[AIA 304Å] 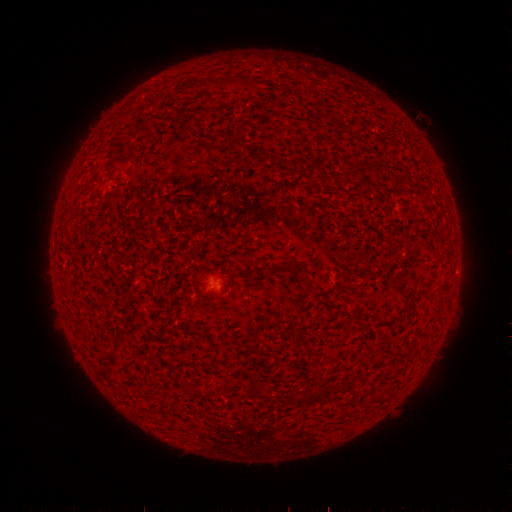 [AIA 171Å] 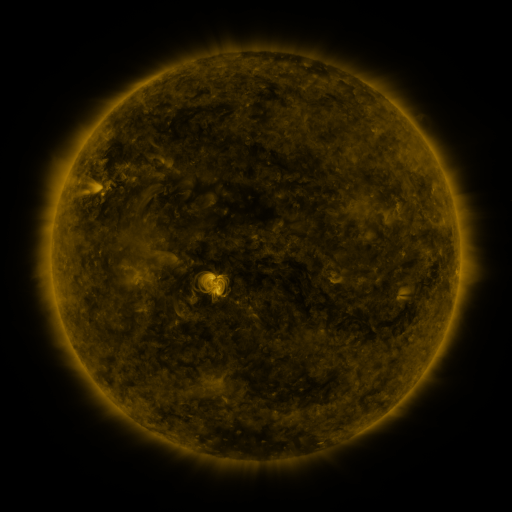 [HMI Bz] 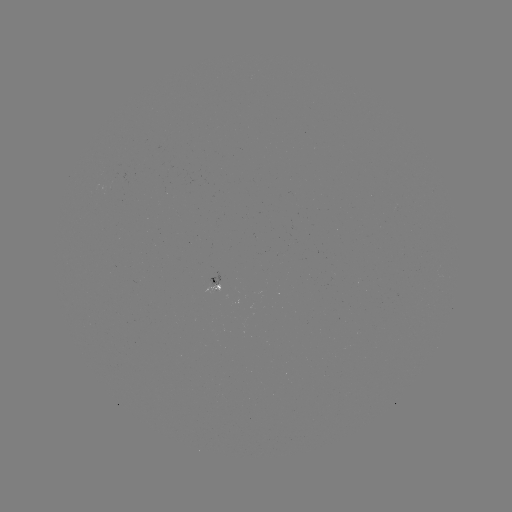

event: spotted active region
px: (214, 285)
